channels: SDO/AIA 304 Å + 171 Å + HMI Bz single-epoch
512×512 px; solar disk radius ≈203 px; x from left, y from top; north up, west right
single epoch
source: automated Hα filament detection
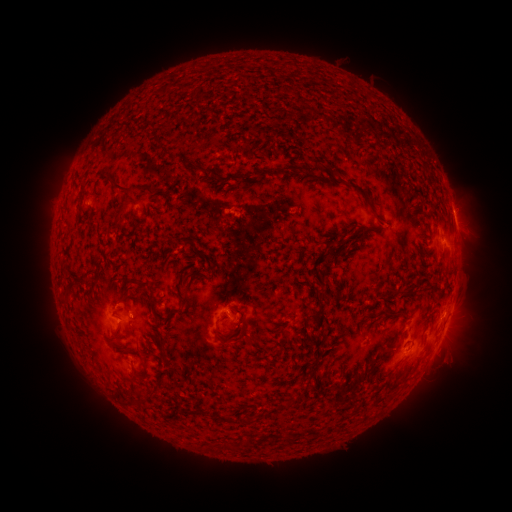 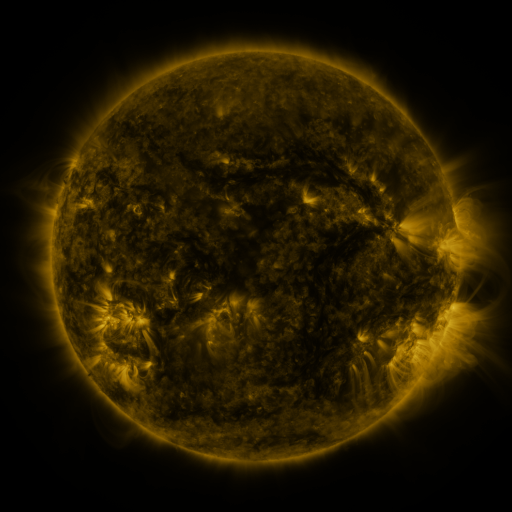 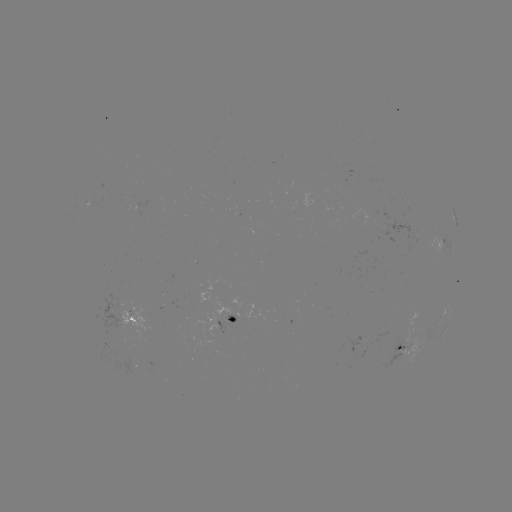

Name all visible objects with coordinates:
filament: (182, 90)
filament: (162, 92)
filament: (324, 167)
filament: (358, 189)
filament: (122, 190)
filament: (120, 210)
filament: (378, 216)
filament: (137, 226)
filament: (376, 227)
filament: (330, 247)
filament: (191, 275)
filament: (398, 290)
filament: (122, 298)
filament: (67, 300)
filament: (321, 304)
filament: (153, 310)
filament: (185, 311)
filament: (234, 311)
filament: (114, 339)
filament: (233, 340)
filament: (140, 377)
filament: (143, 393)
filament: (222, 415)
